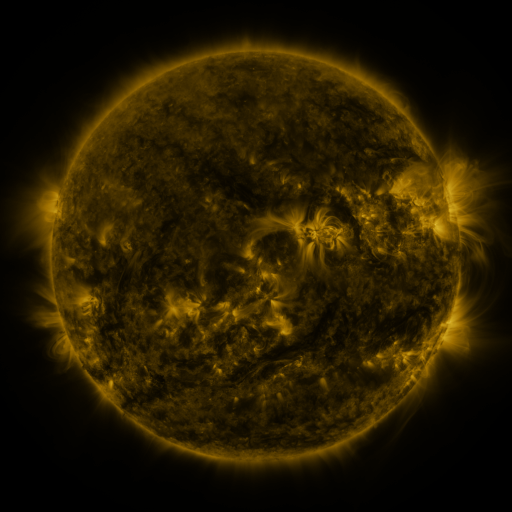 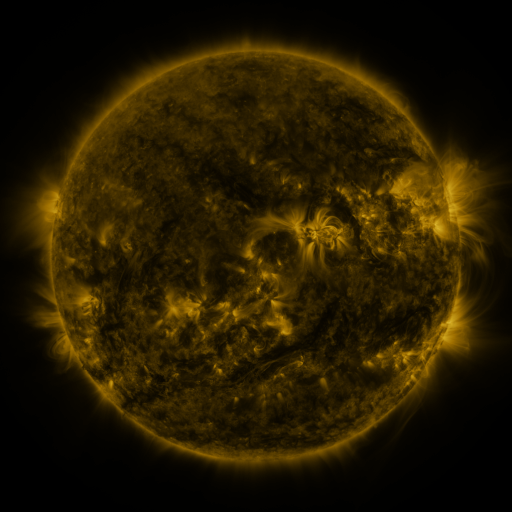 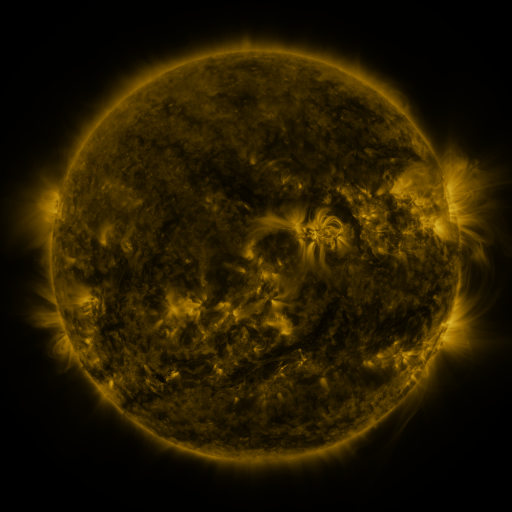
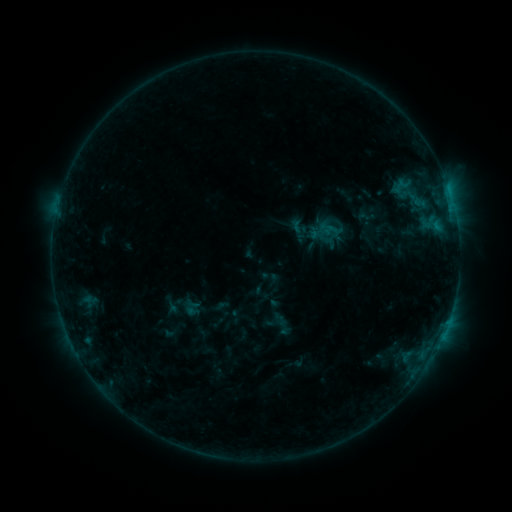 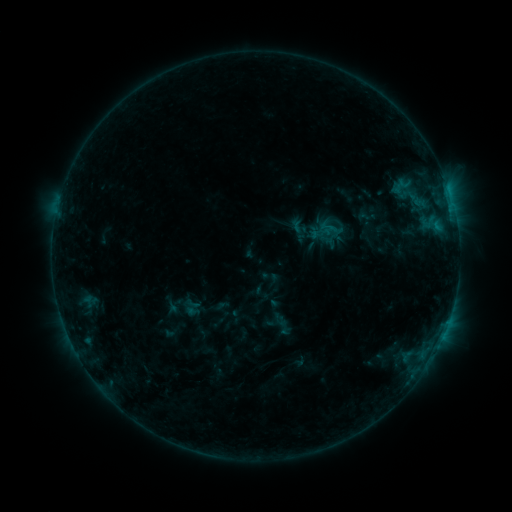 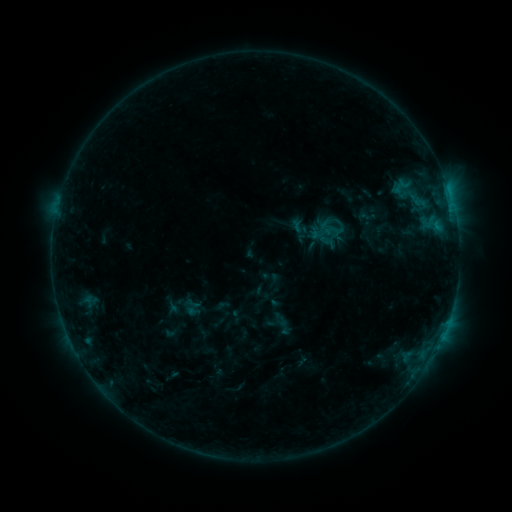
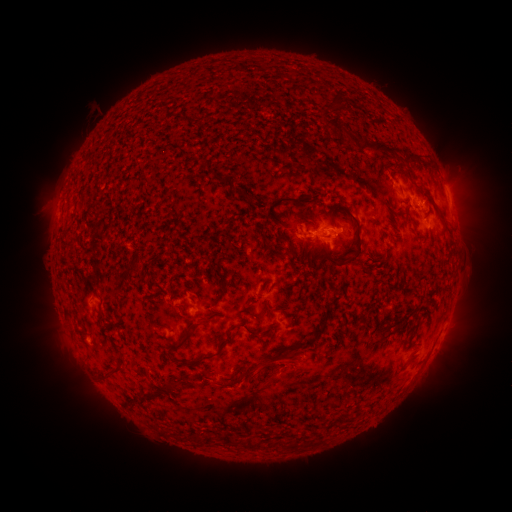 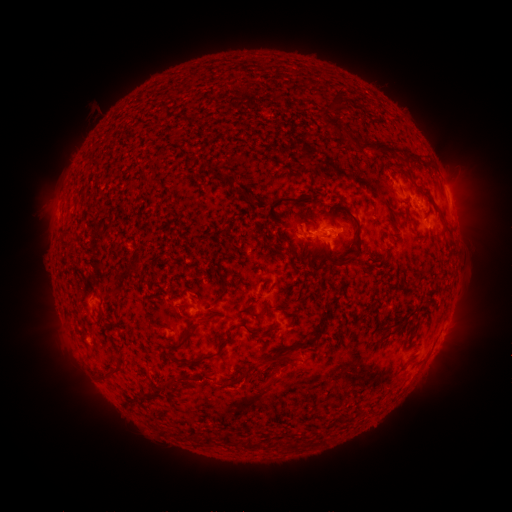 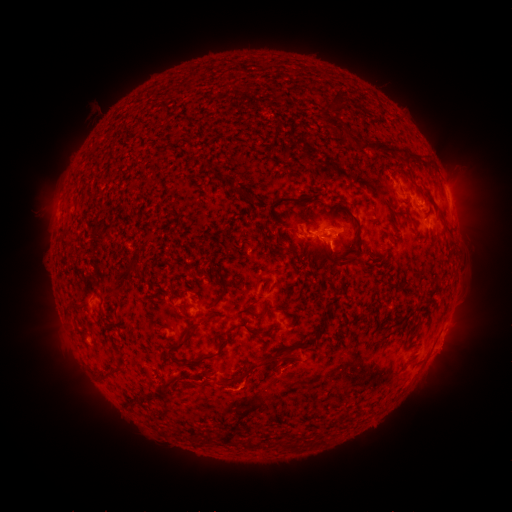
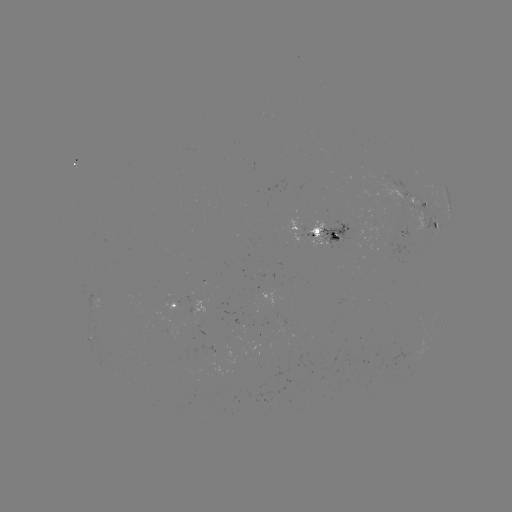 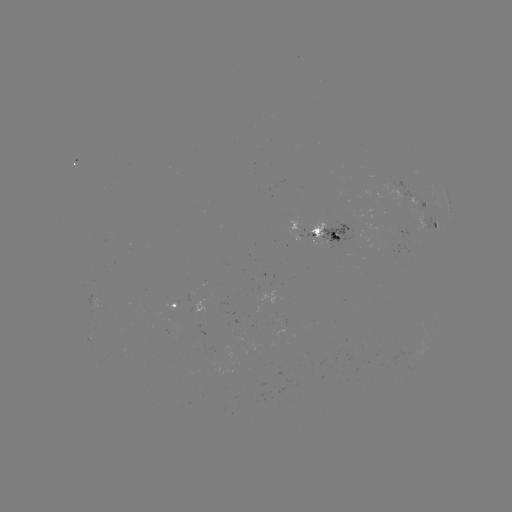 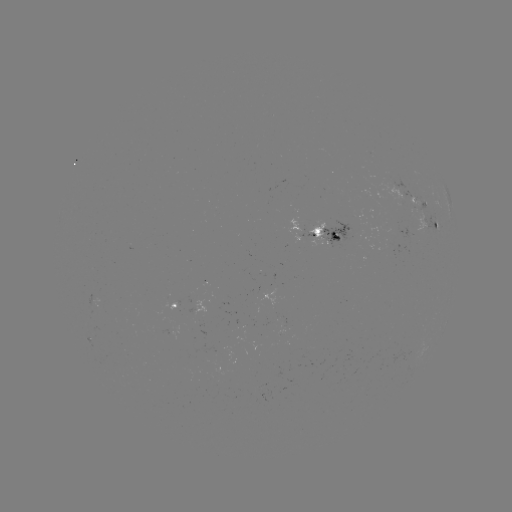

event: eruption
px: (188, 408)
